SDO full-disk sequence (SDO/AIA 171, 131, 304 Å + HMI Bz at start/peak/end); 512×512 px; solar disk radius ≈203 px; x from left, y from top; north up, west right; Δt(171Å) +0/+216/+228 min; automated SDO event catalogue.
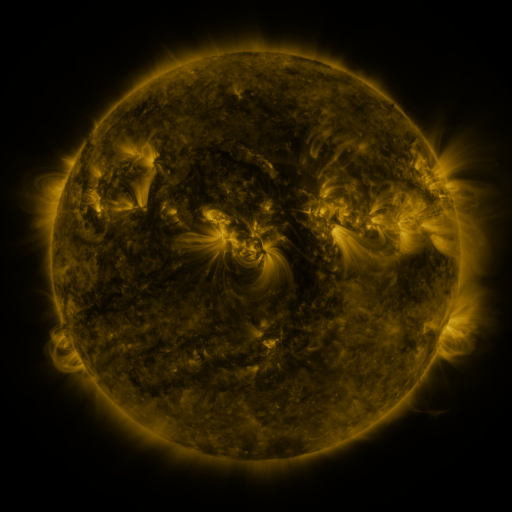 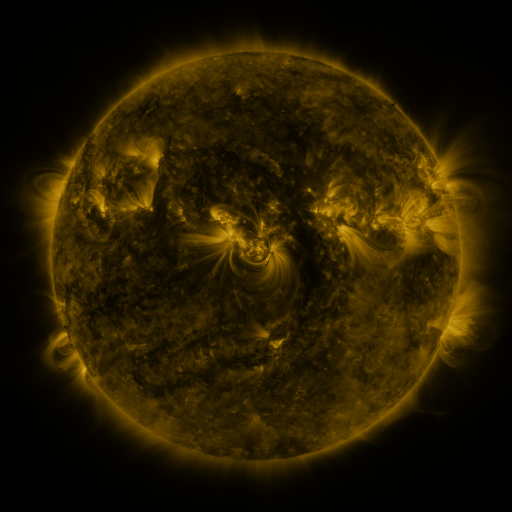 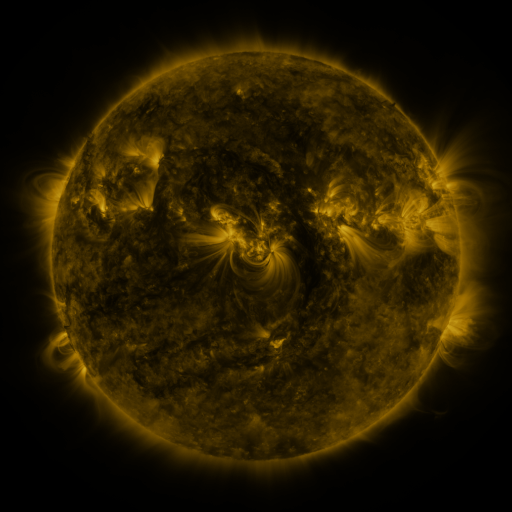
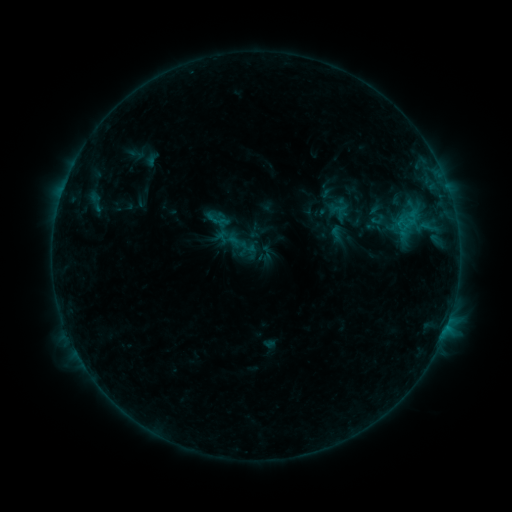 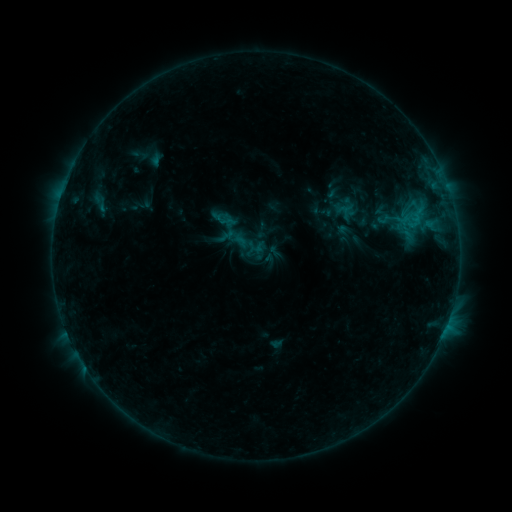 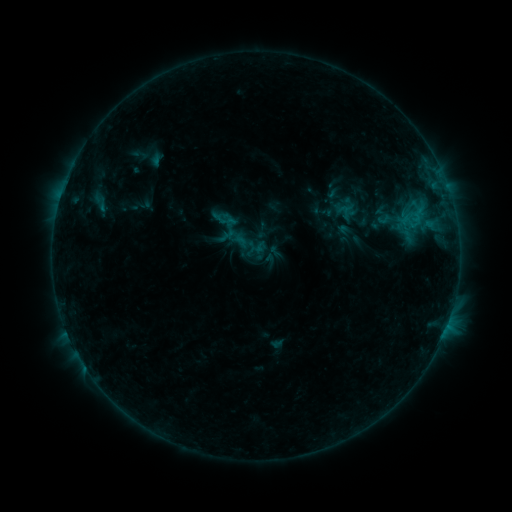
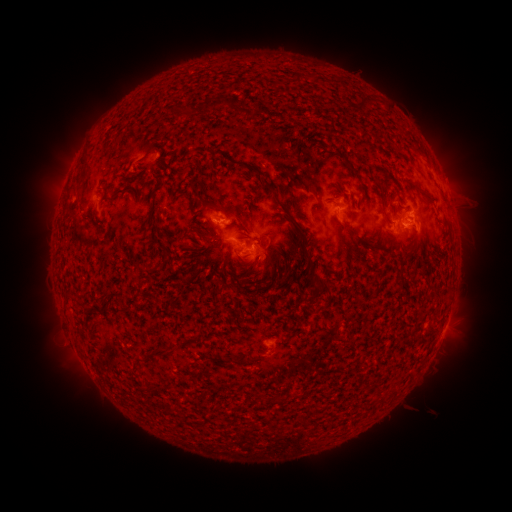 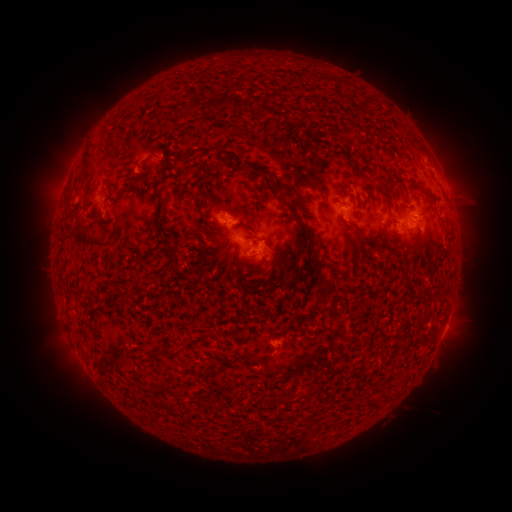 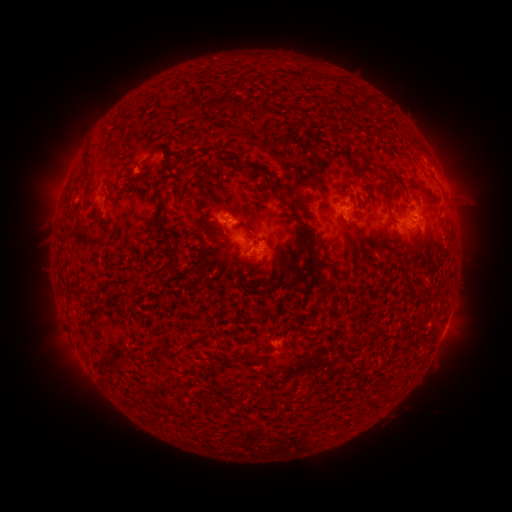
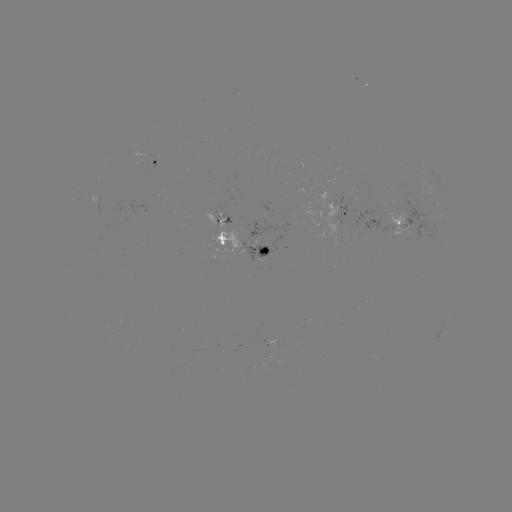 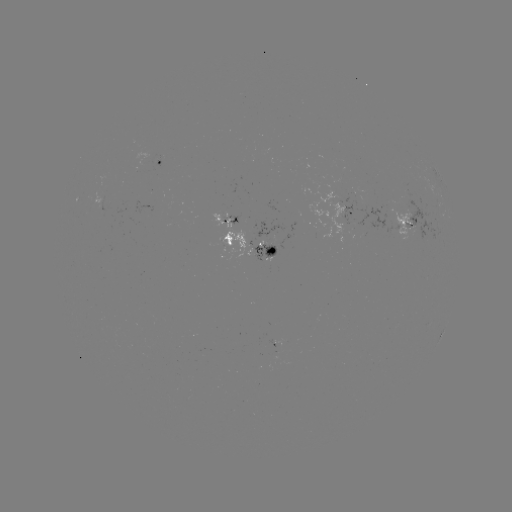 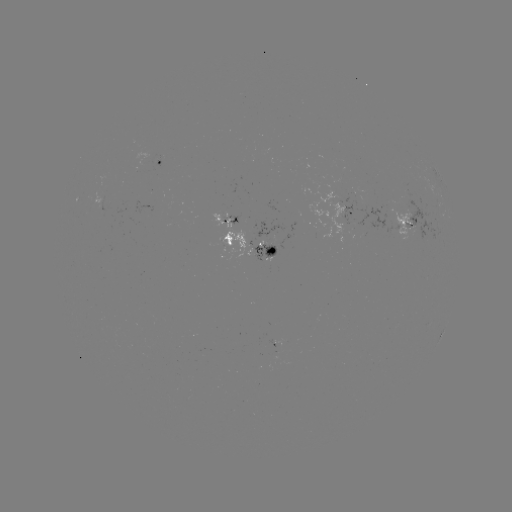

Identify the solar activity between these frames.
emerging-flux region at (265, 246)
